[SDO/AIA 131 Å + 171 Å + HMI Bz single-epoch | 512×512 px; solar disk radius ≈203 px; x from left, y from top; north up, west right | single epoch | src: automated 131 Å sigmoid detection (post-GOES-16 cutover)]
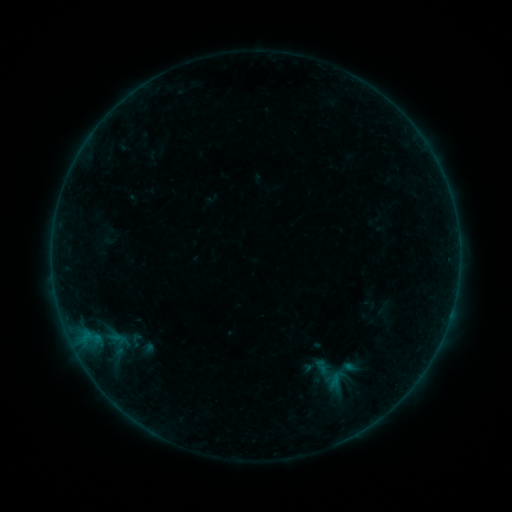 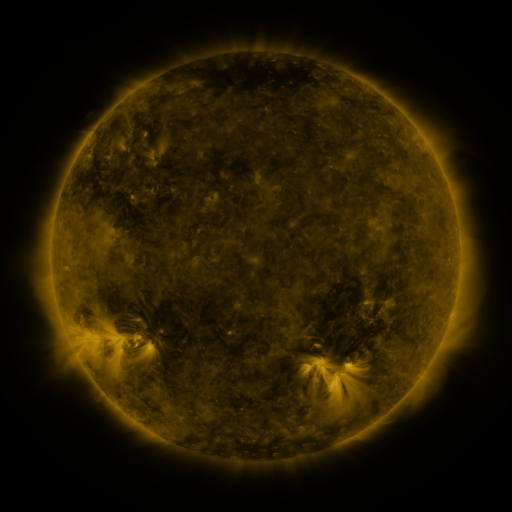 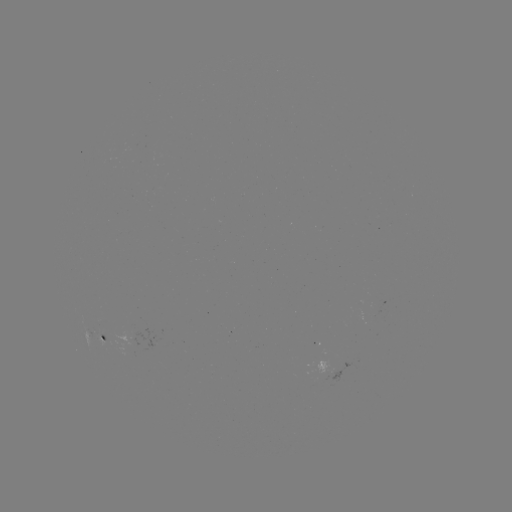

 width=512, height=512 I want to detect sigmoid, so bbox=[122, 332, 148, 350].